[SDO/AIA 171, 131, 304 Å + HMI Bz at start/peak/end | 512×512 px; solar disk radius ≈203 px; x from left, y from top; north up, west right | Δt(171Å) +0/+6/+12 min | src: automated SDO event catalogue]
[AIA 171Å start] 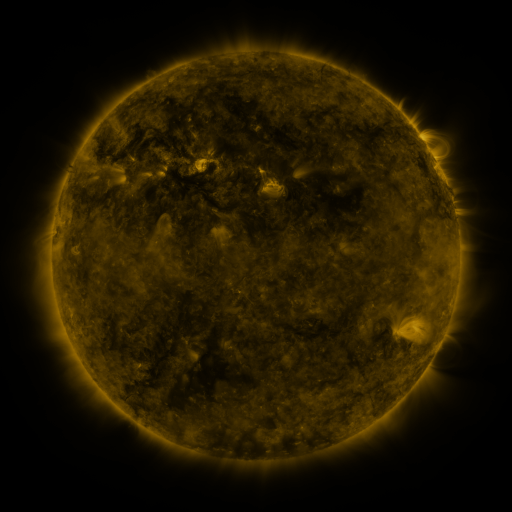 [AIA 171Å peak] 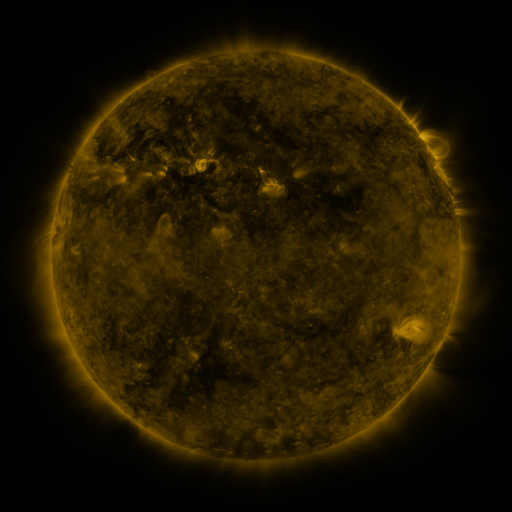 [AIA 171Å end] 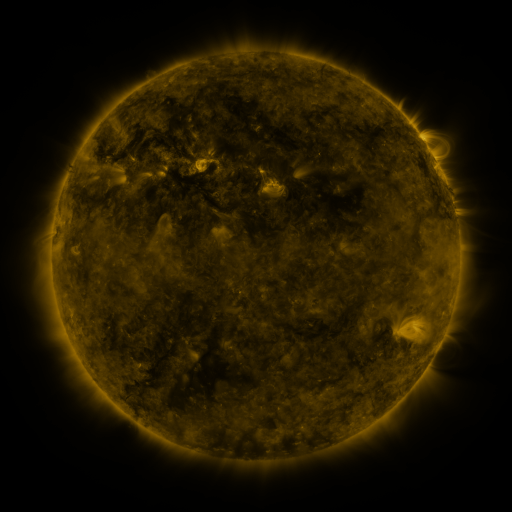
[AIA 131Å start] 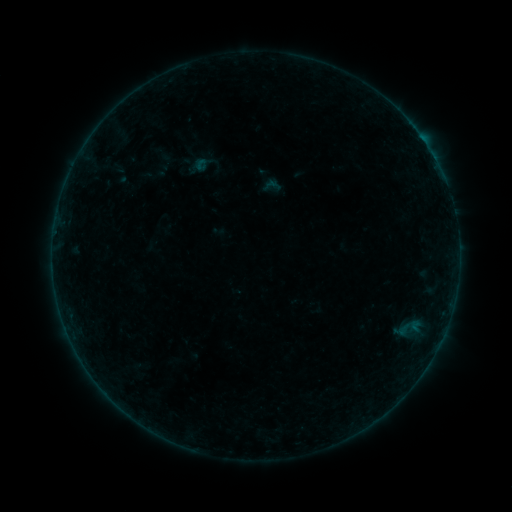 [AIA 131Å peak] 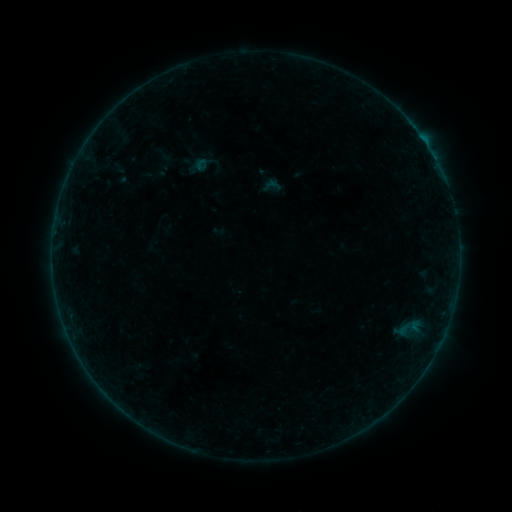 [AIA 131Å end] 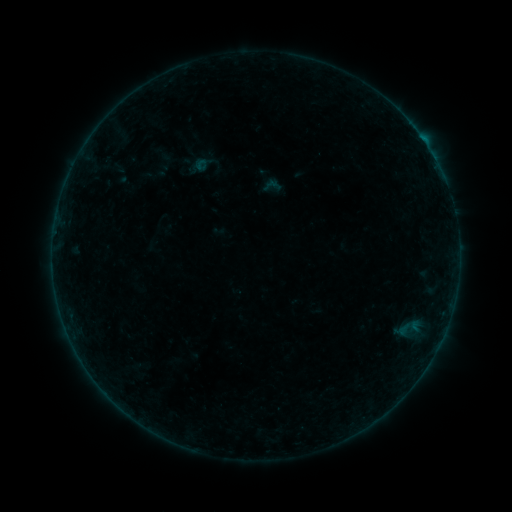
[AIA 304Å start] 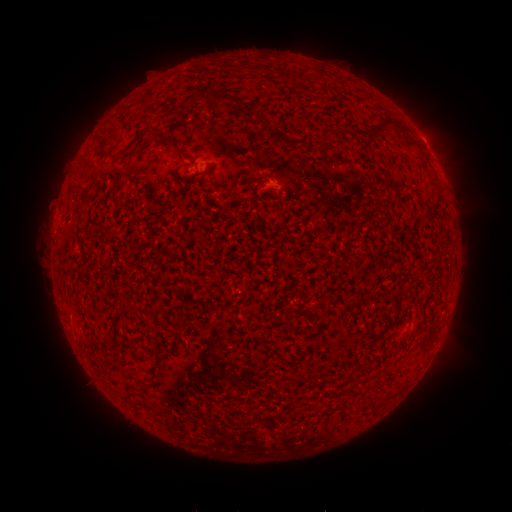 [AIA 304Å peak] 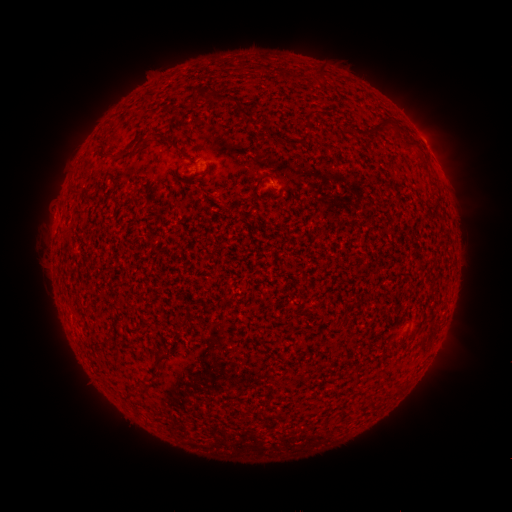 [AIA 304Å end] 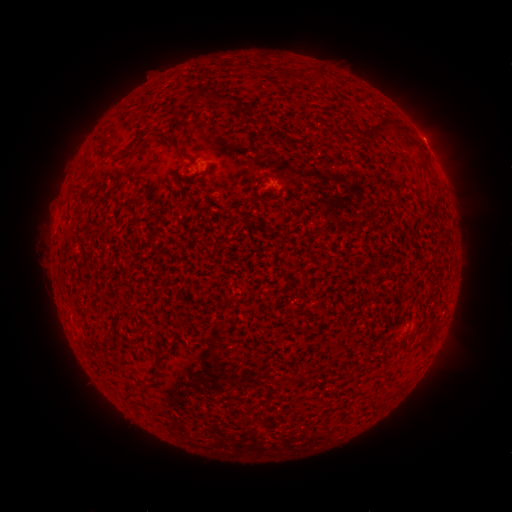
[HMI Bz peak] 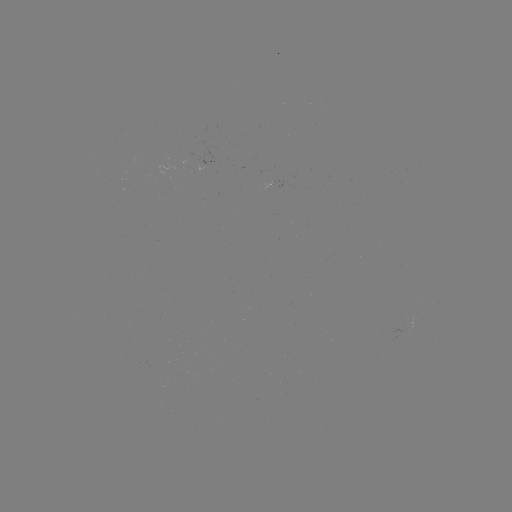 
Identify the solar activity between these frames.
B1.4 flare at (424, 141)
